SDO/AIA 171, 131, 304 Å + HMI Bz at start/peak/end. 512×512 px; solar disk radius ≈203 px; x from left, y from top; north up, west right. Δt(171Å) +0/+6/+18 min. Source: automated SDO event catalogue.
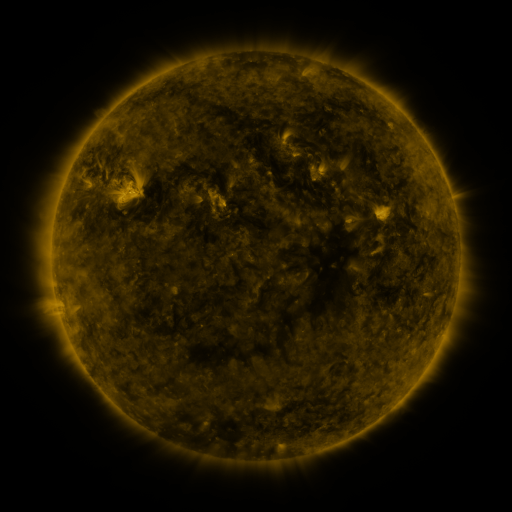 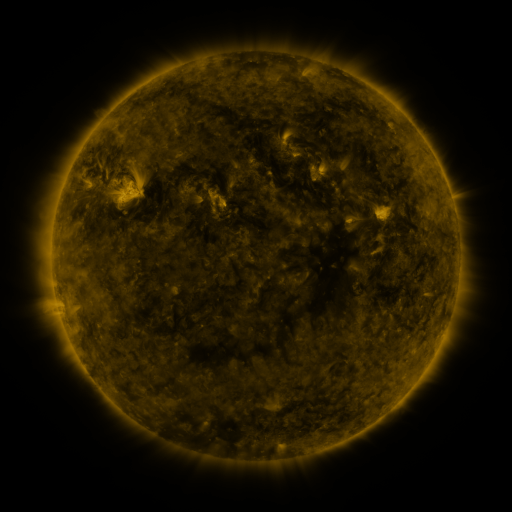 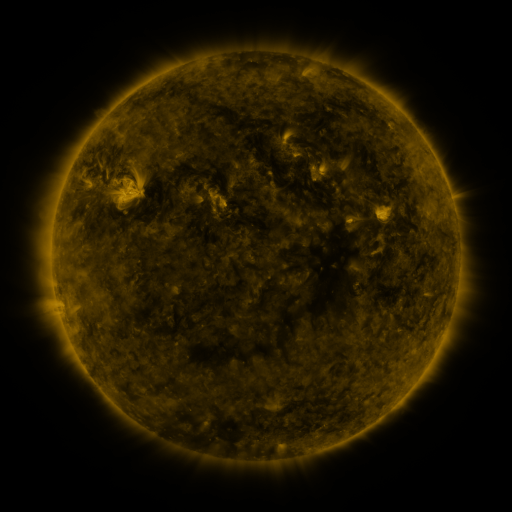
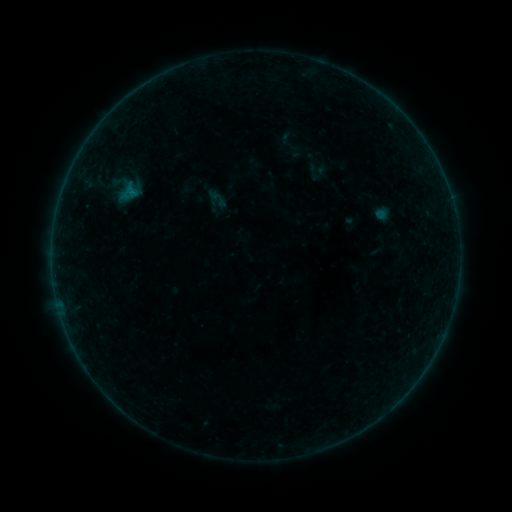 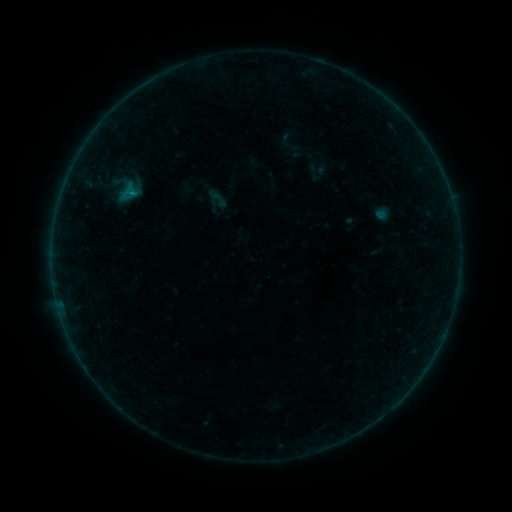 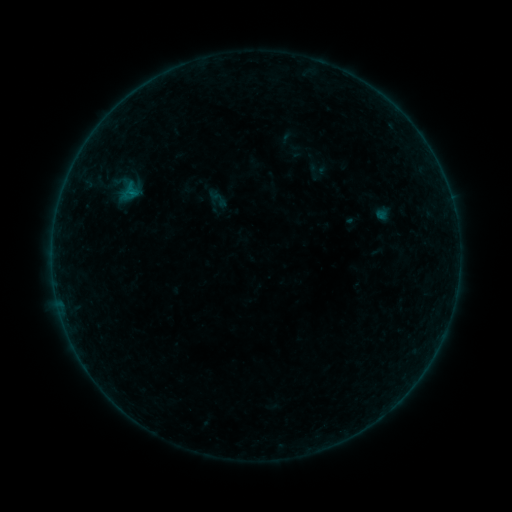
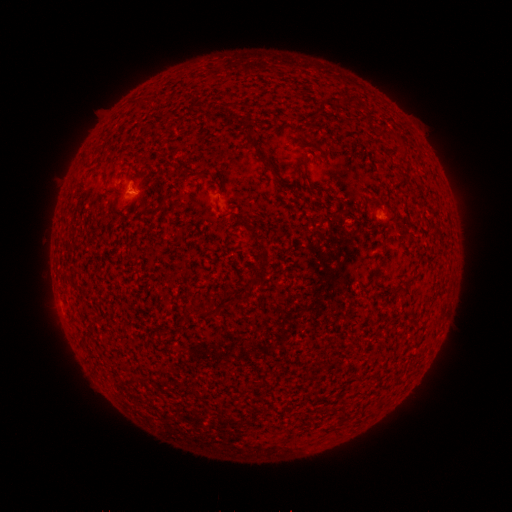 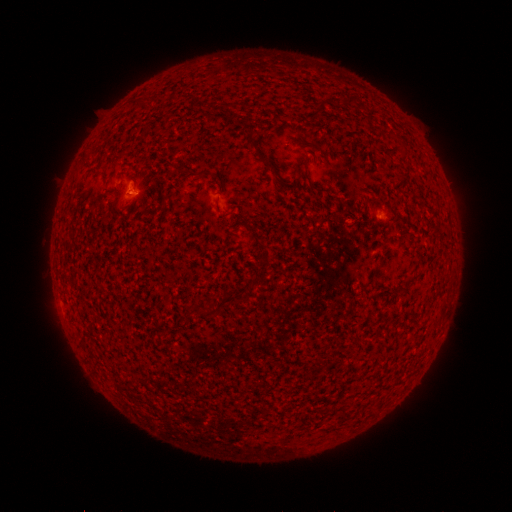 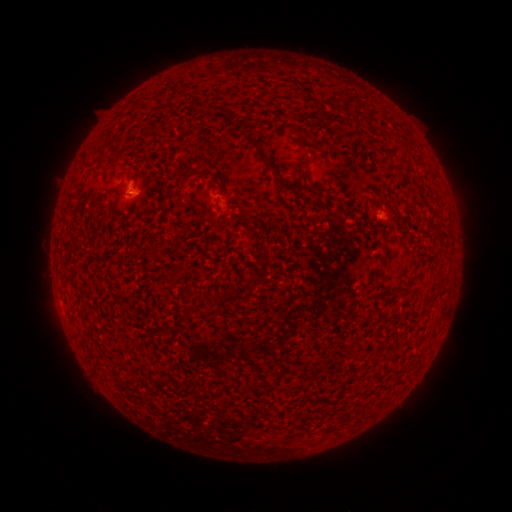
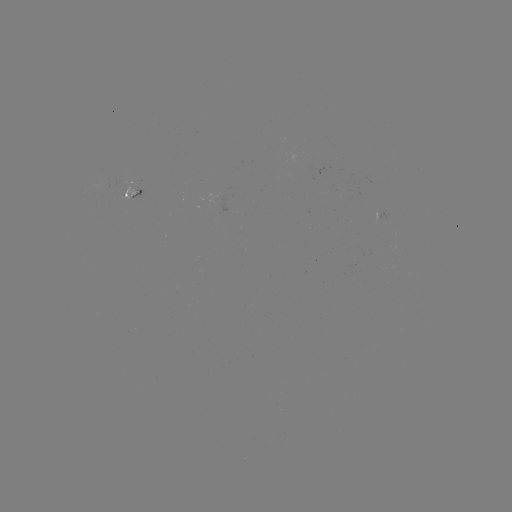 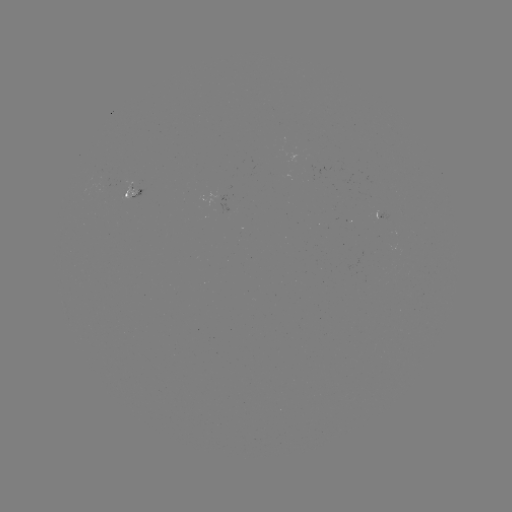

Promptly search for B1.6 flare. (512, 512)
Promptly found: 133,195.